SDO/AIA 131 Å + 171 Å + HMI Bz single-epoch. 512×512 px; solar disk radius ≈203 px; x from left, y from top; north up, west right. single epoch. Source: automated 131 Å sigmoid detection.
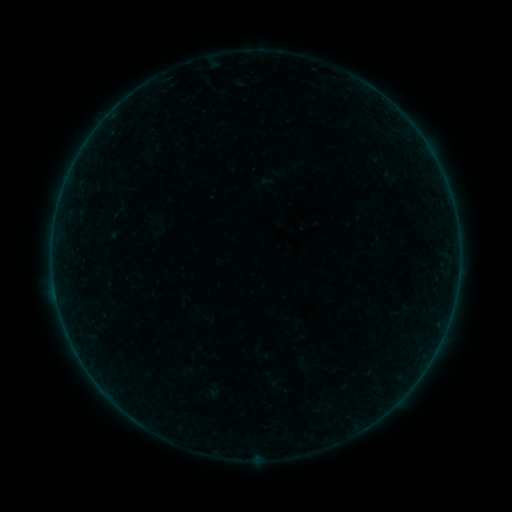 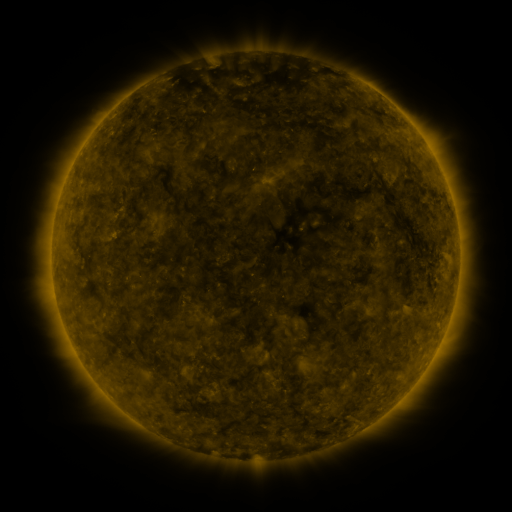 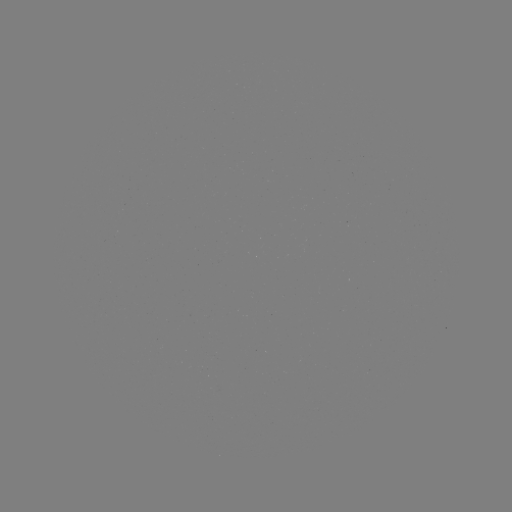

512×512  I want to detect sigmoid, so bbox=[375, 168, 406, 187].